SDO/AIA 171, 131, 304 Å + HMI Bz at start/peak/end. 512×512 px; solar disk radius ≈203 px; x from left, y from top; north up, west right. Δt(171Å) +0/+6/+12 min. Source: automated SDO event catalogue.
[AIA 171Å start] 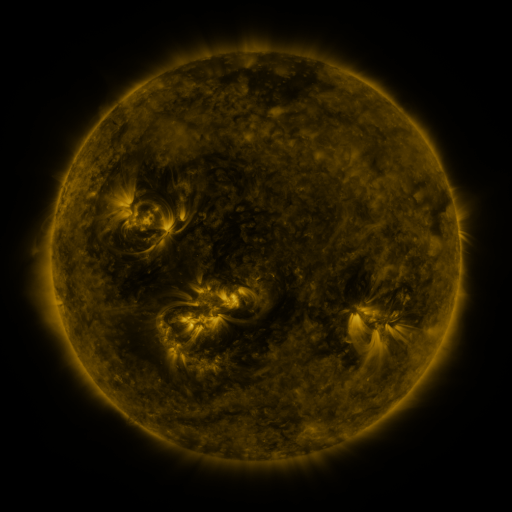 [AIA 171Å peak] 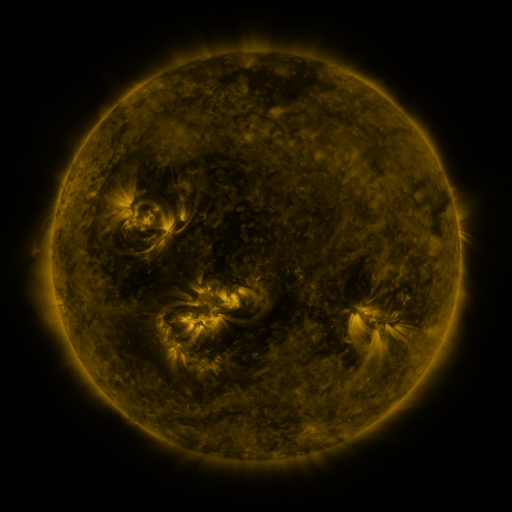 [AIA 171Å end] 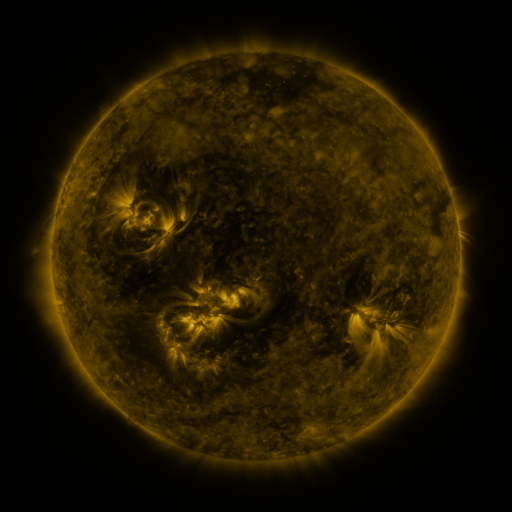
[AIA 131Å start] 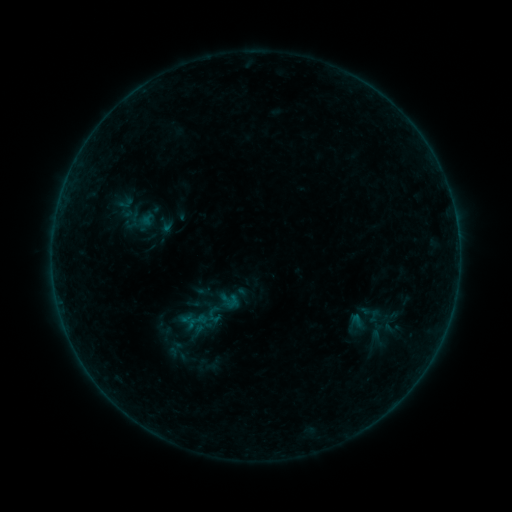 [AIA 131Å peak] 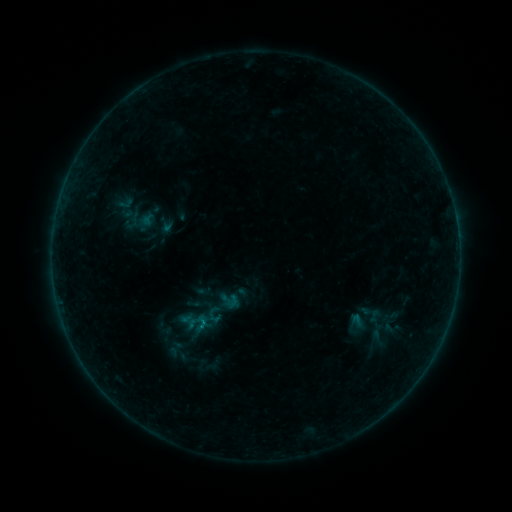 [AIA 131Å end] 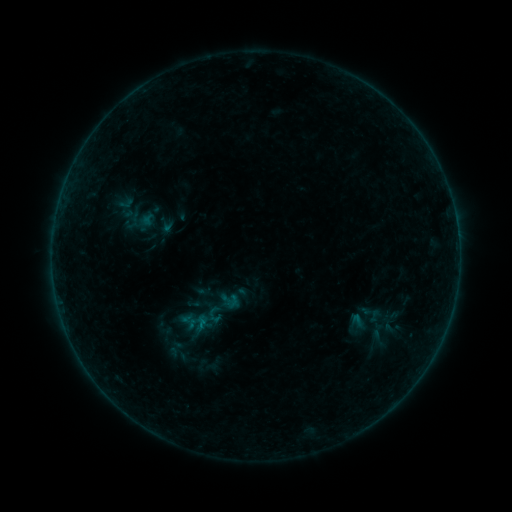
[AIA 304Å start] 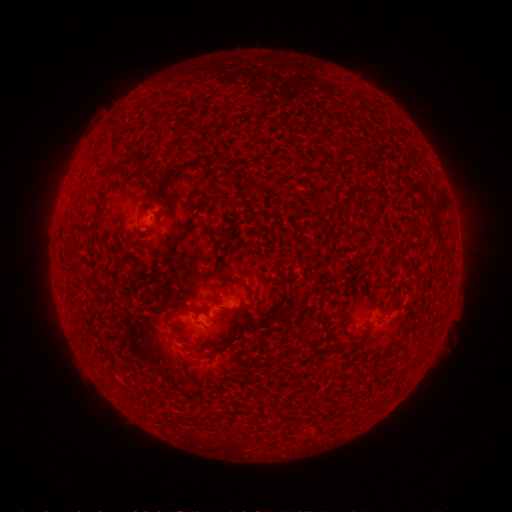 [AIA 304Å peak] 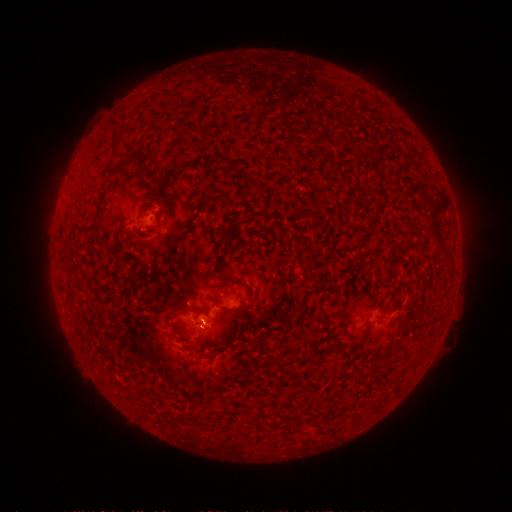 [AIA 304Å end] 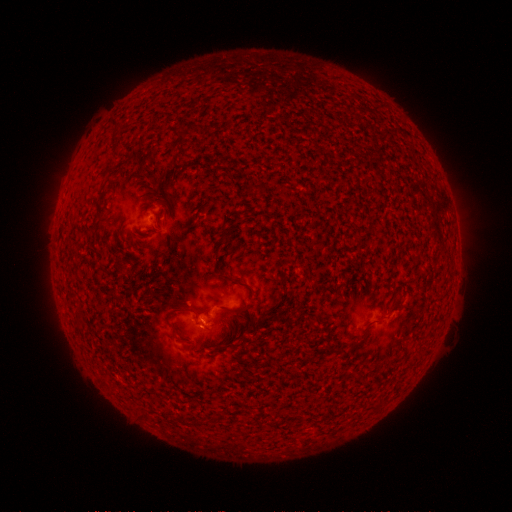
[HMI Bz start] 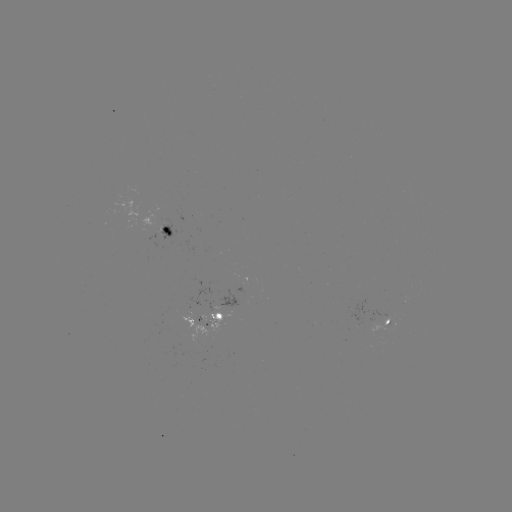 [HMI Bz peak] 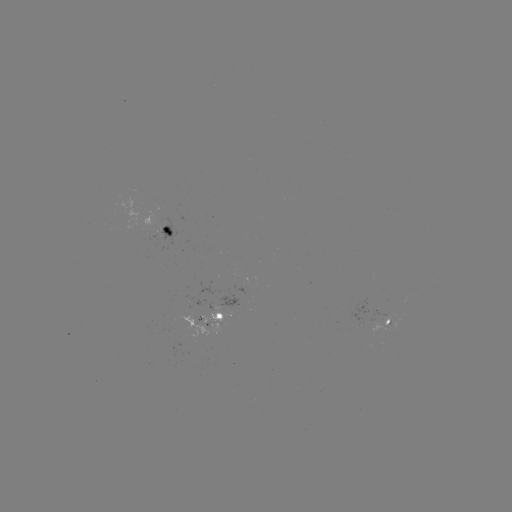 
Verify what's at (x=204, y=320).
B2.5 flare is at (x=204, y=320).